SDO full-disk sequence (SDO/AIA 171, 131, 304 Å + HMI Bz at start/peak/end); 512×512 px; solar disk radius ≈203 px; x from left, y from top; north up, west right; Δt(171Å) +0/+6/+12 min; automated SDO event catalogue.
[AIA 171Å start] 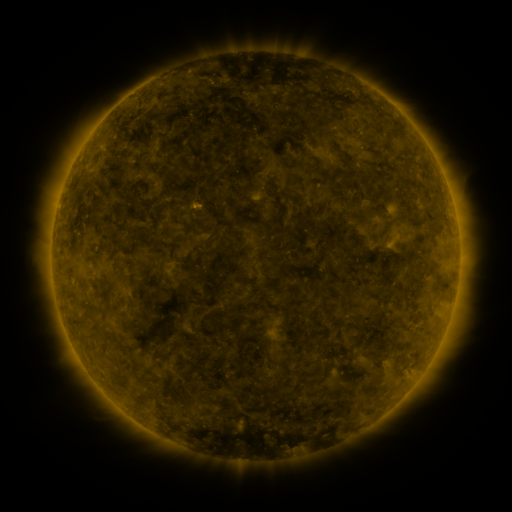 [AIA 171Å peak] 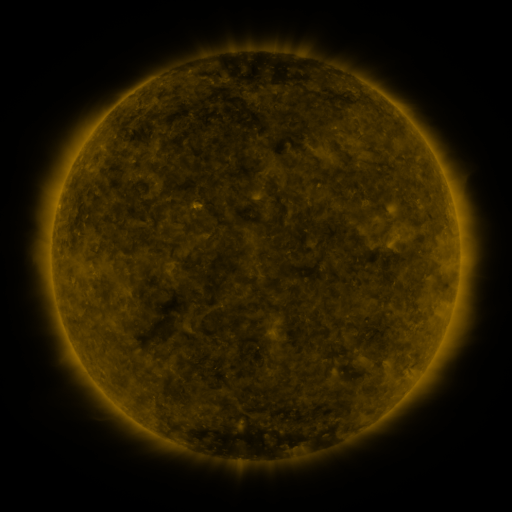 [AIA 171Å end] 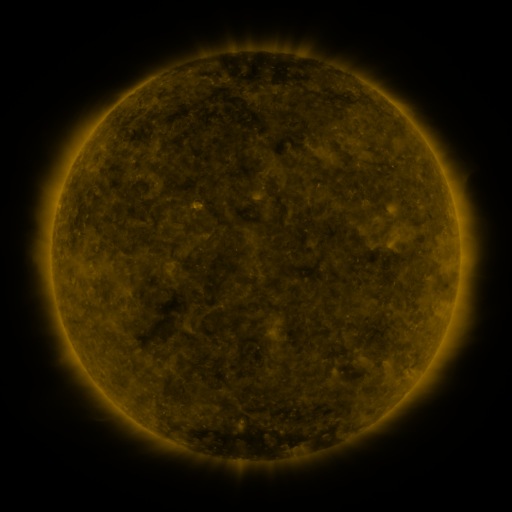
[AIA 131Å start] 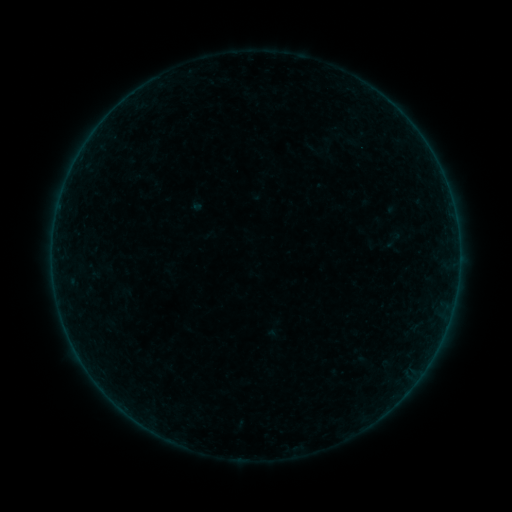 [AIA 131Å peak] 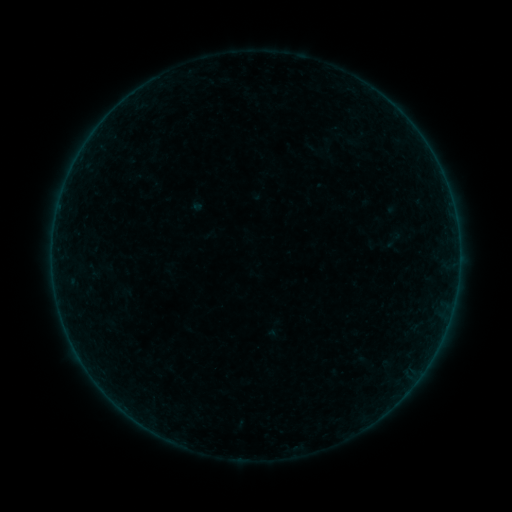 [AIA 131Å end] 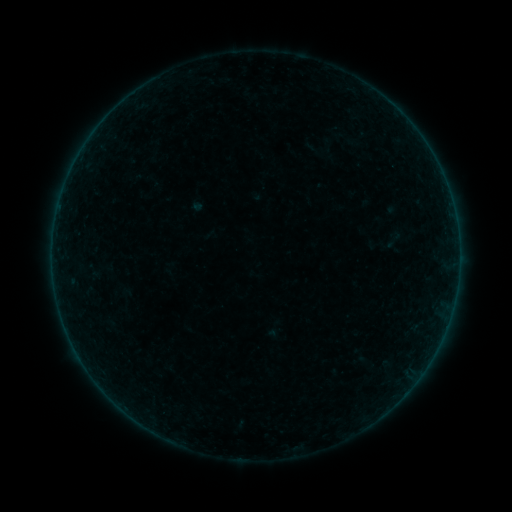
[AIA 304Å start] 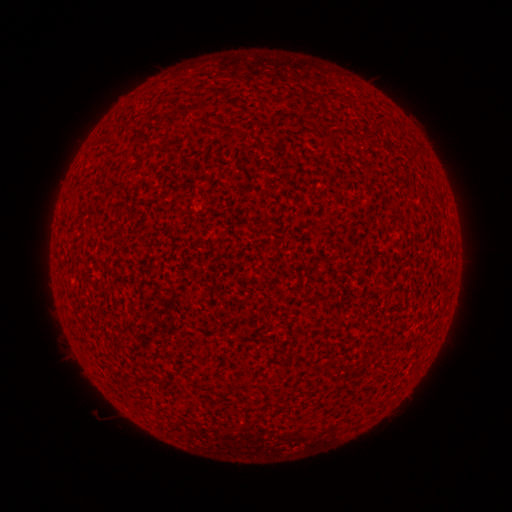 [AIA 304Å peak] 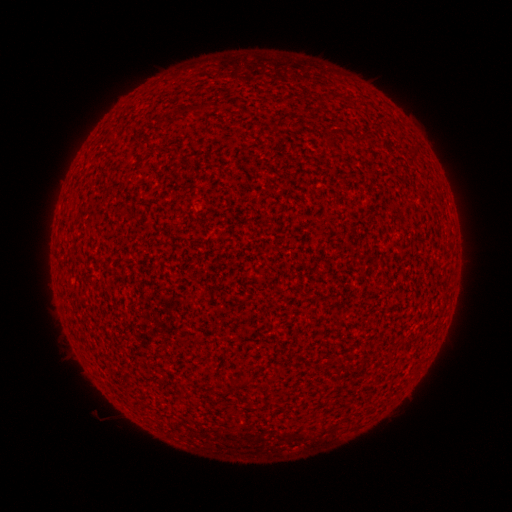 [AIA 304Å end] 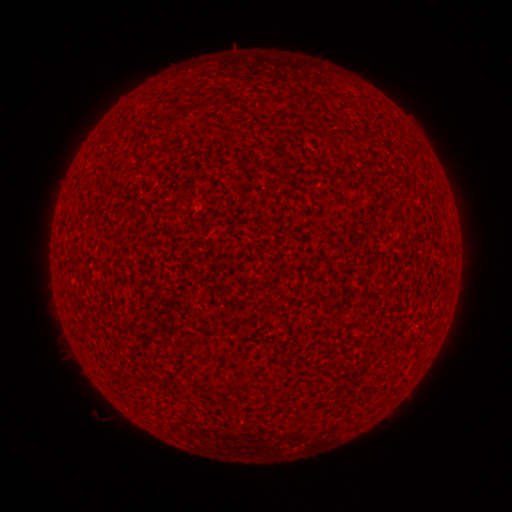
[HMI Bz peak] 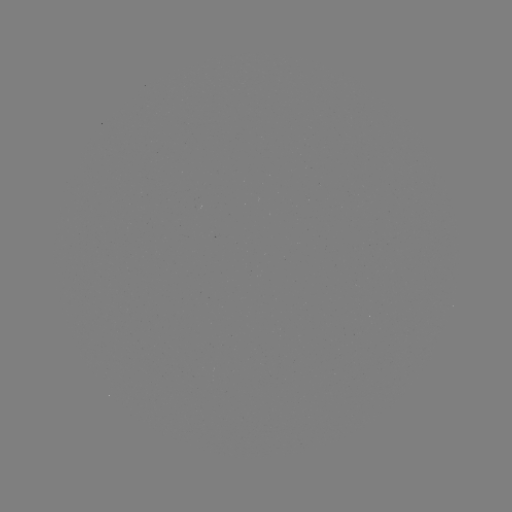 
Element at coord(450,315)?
A7.0 flare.